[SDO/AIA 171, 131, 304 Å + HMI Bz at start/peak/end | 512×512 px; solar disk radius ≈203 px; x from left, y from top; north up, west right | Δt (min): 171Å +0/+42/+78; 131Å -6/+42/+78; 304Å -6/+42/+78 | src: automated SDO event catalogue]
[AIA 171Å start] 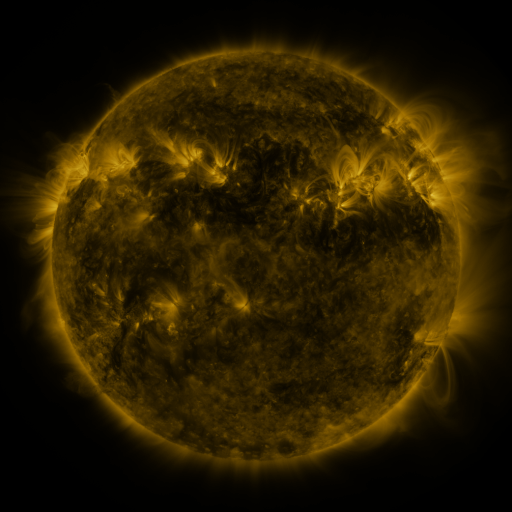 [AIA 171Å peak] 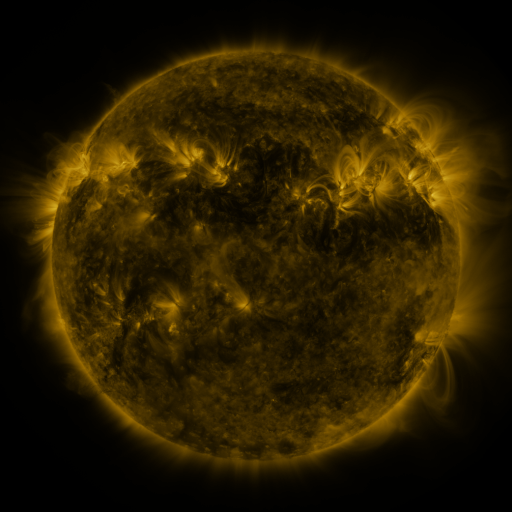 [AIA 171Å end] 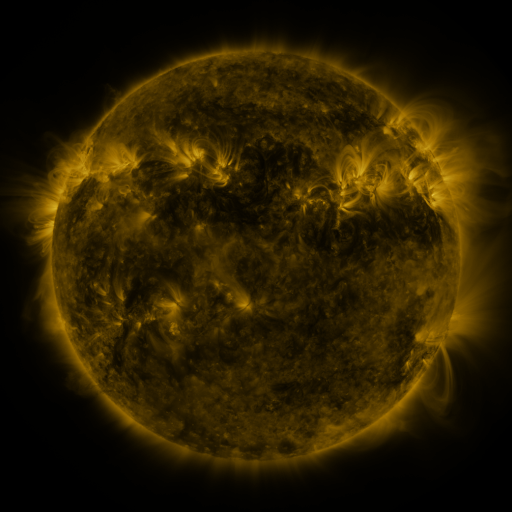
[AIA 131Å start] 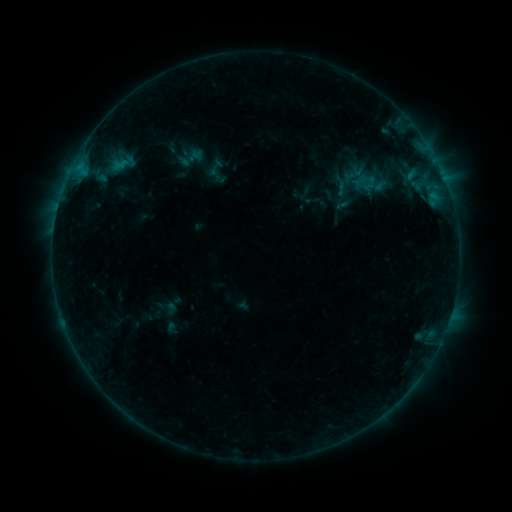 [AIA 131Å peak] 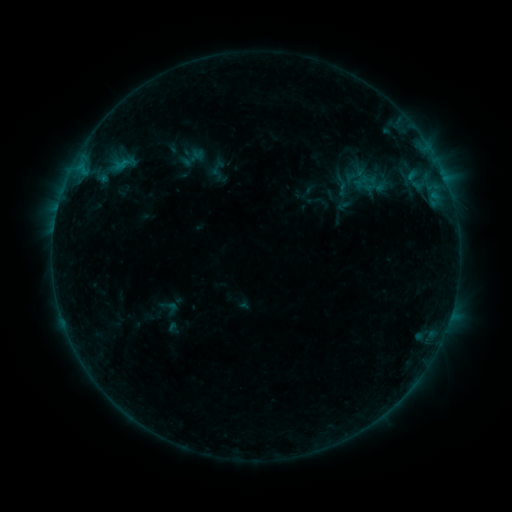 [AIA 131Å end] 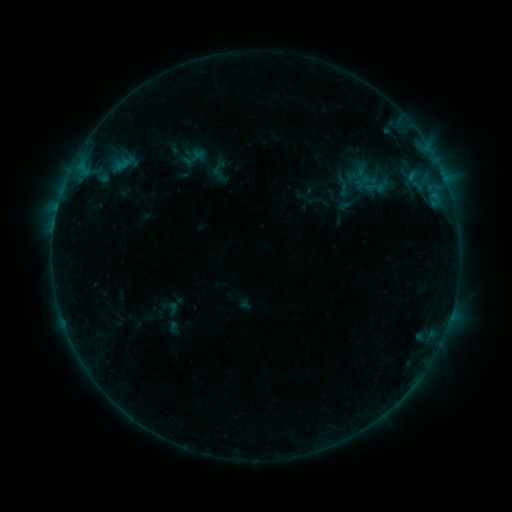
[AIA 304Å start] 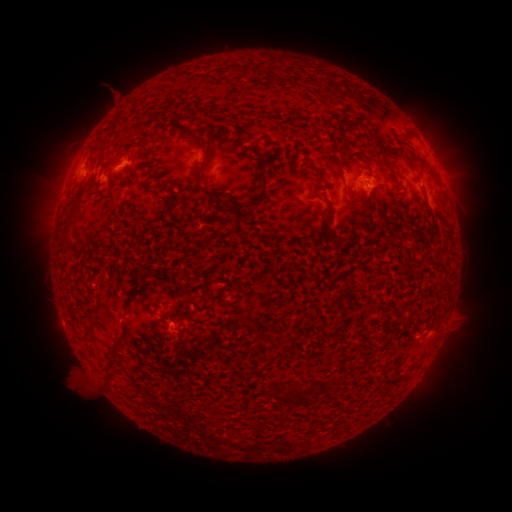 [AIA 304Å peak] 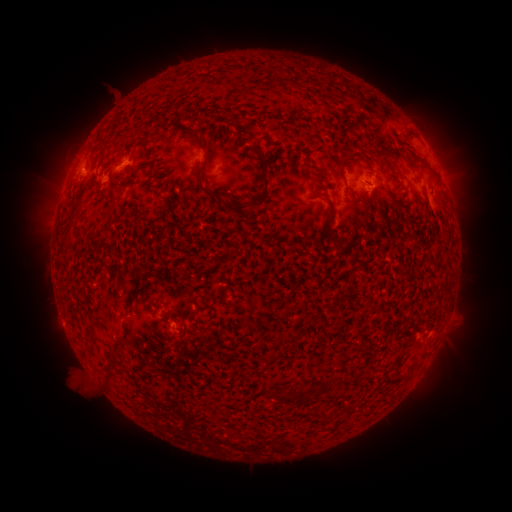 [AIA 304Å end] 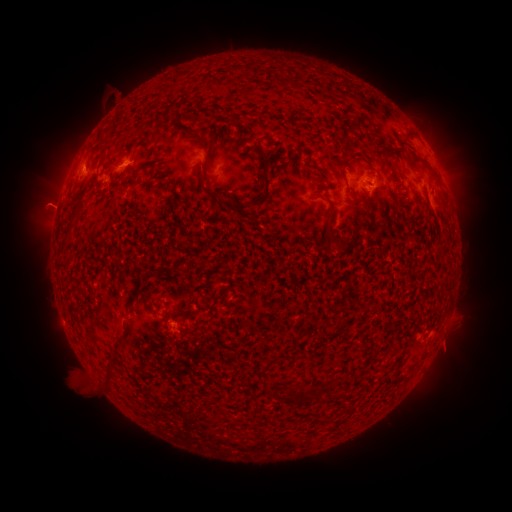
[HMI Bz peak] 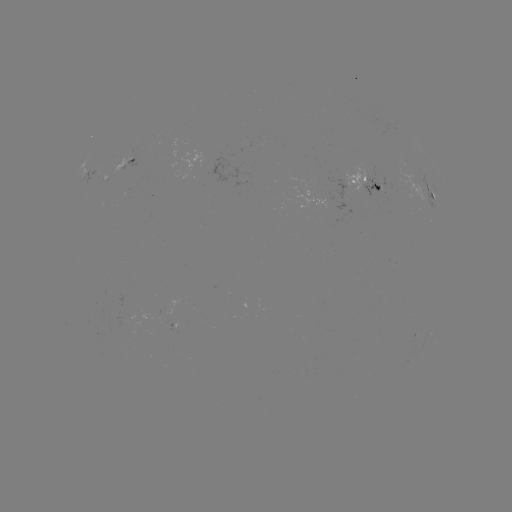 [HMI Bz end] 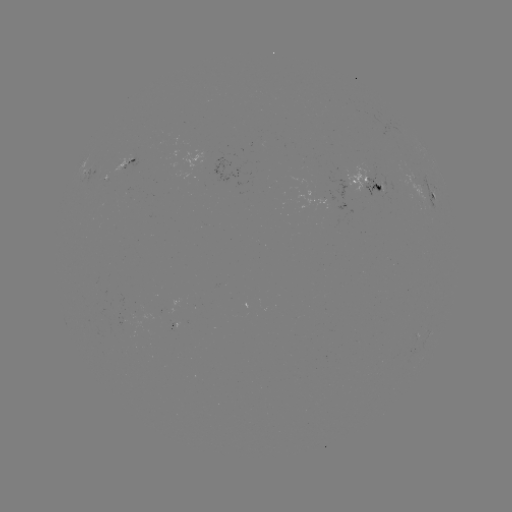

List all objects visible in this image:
emerging-flux region: (383, 184)
